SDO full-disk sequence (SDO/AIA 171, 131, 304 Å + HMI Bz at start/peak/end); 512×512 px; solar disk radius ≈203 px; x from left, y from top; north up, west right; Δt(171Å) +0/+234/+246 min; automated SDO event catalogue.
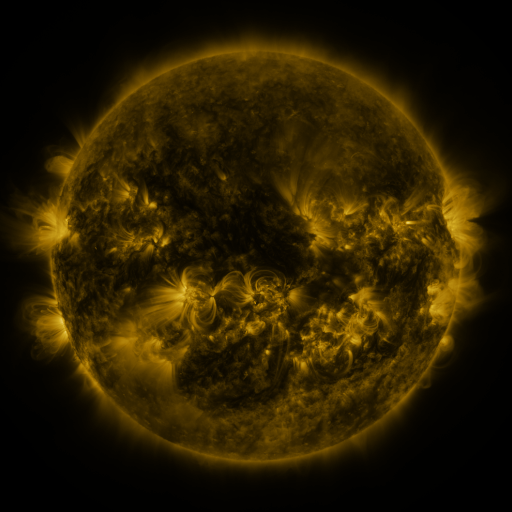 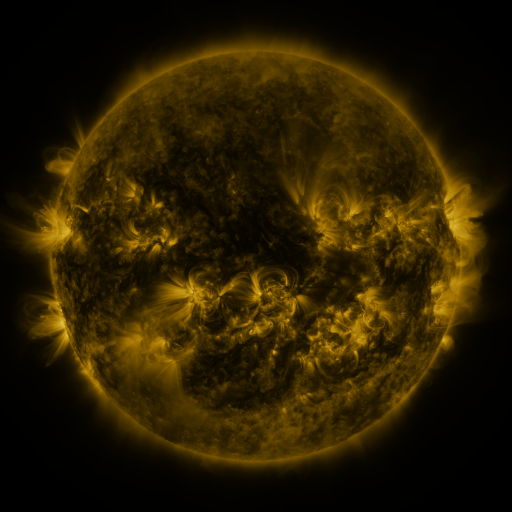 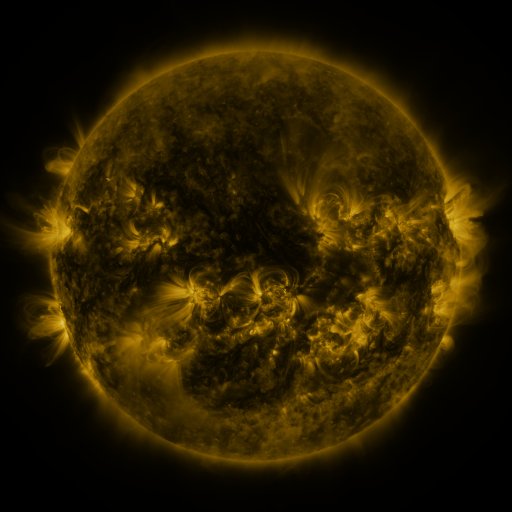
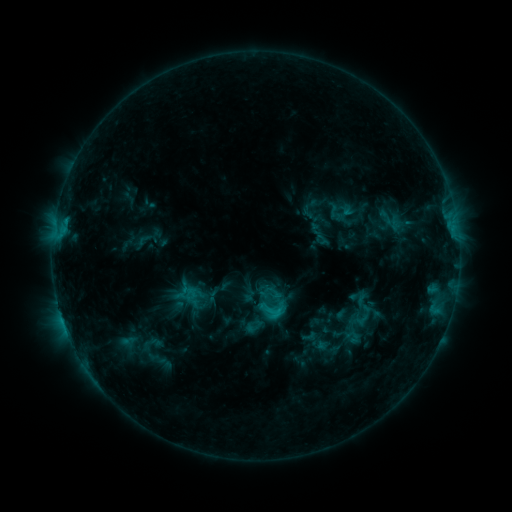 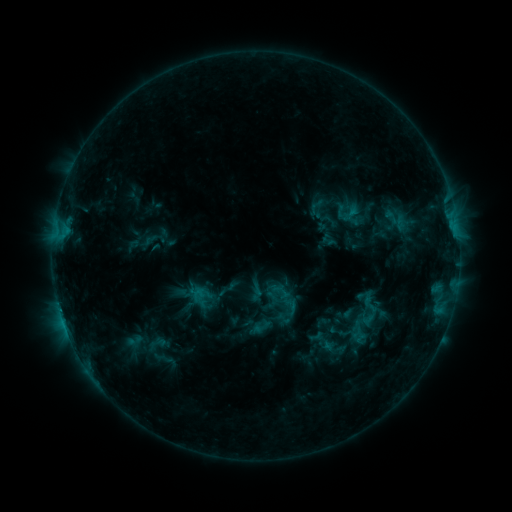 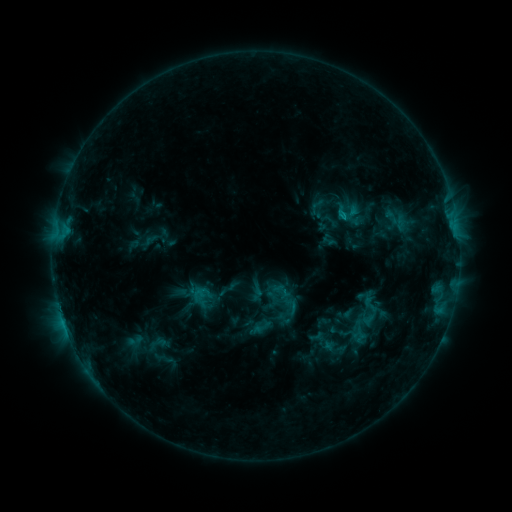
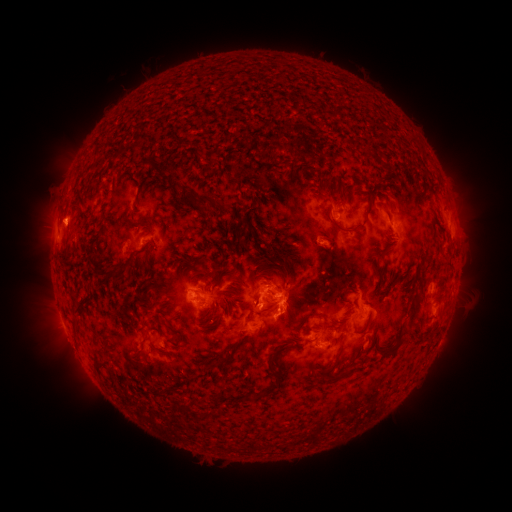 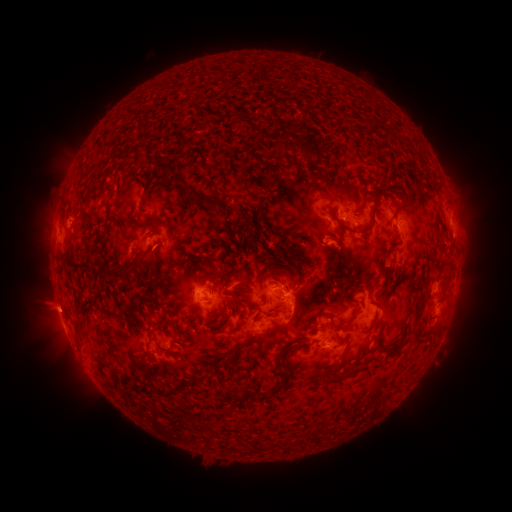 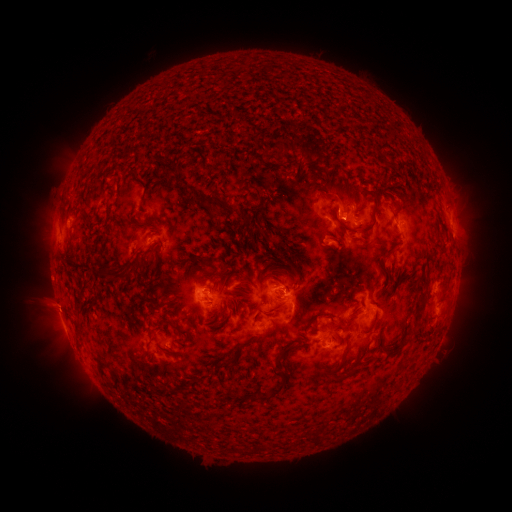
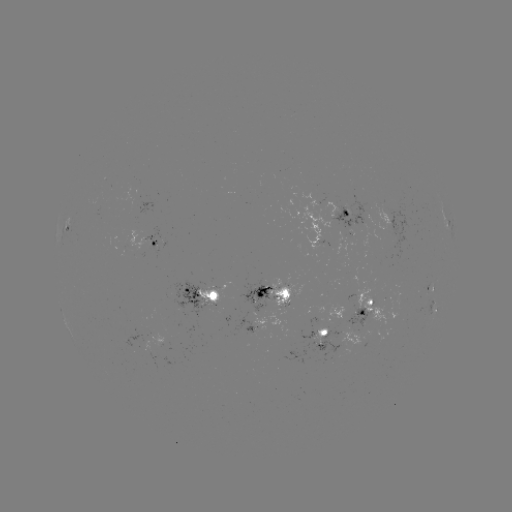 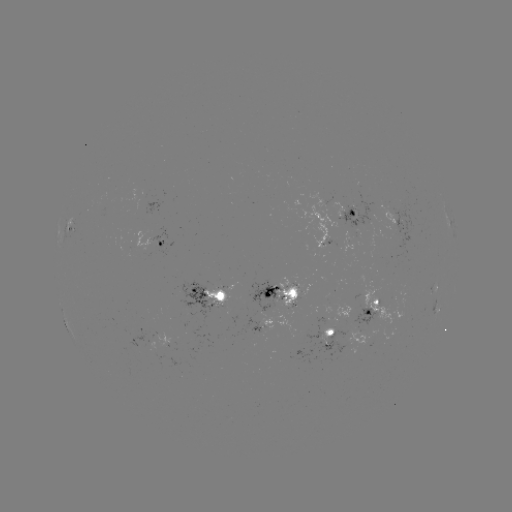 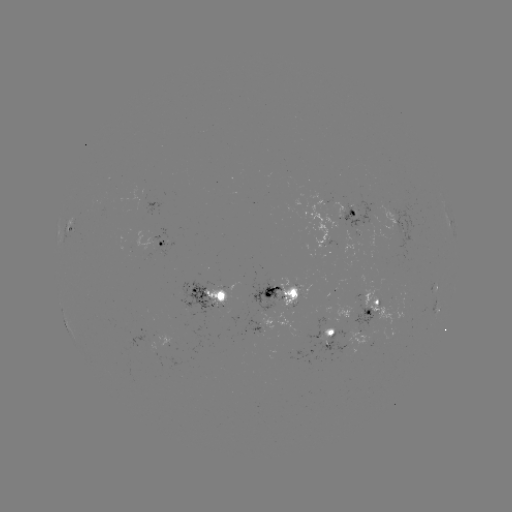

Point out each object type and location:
emerging-flux region: (288, 289)
